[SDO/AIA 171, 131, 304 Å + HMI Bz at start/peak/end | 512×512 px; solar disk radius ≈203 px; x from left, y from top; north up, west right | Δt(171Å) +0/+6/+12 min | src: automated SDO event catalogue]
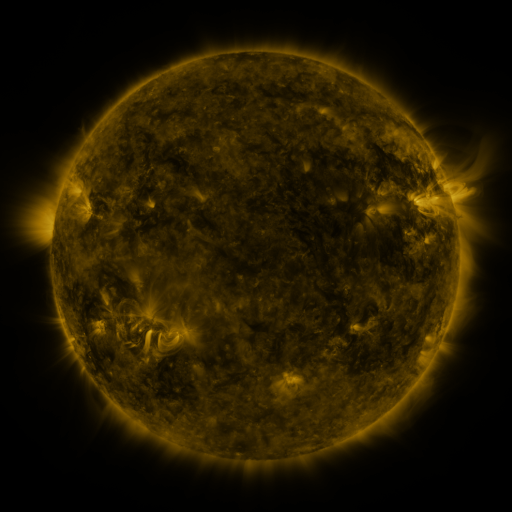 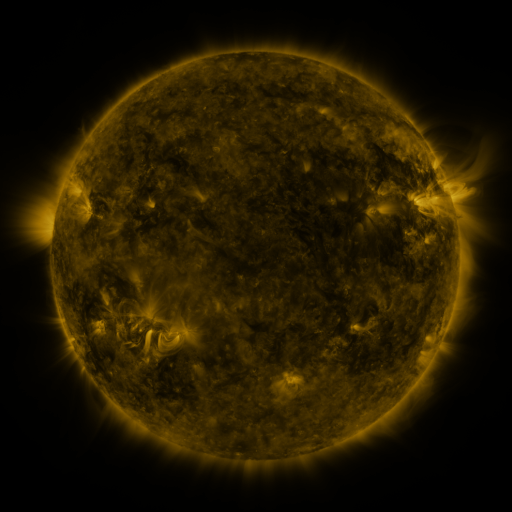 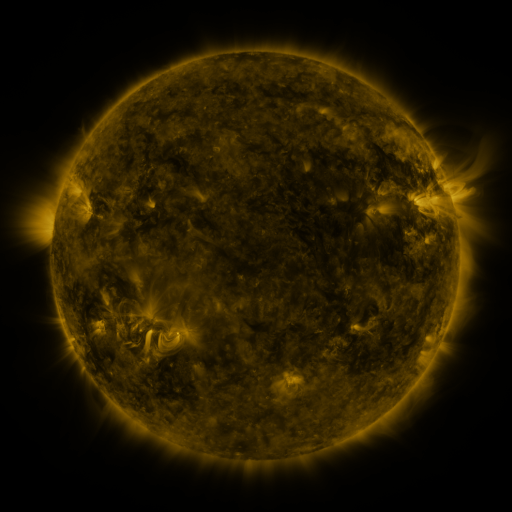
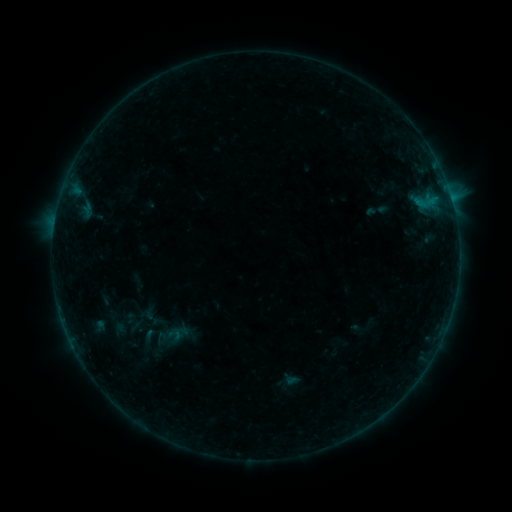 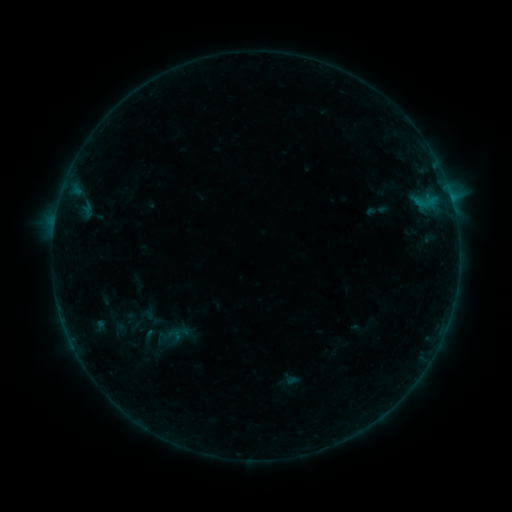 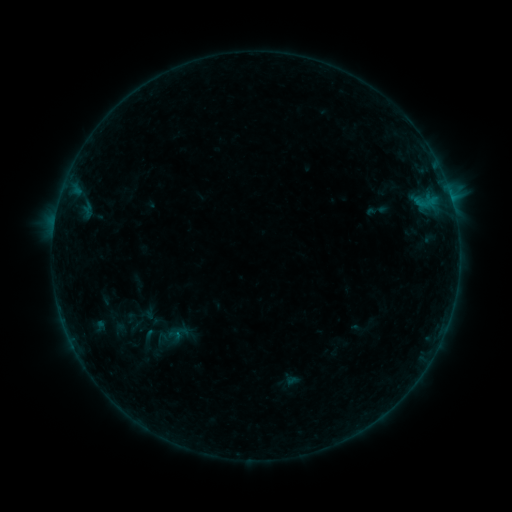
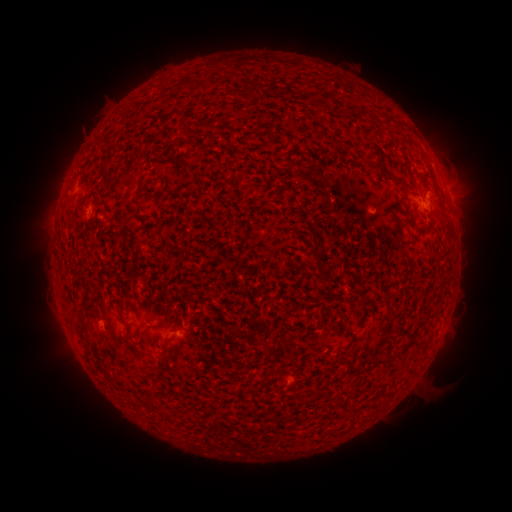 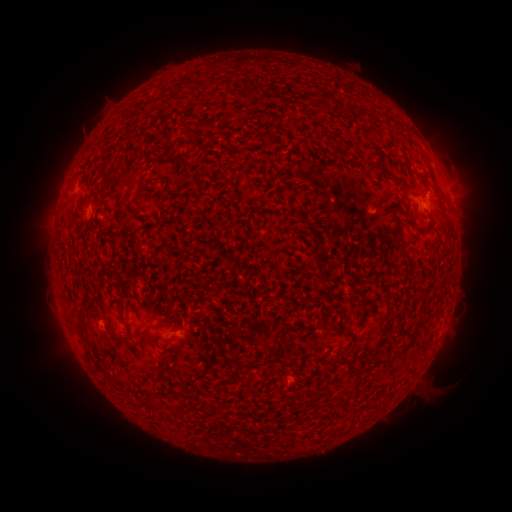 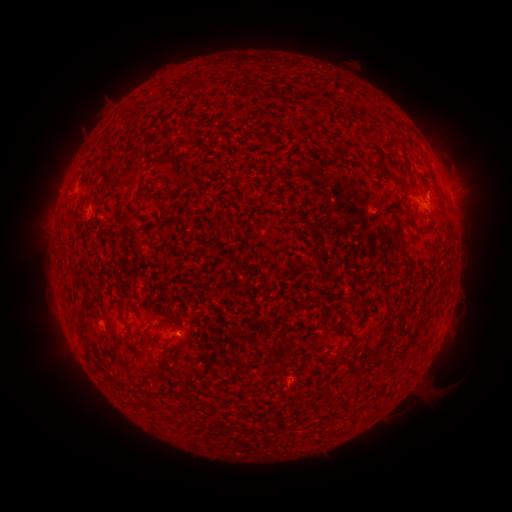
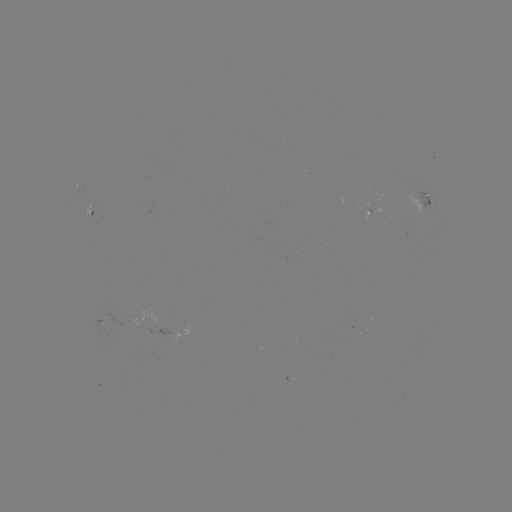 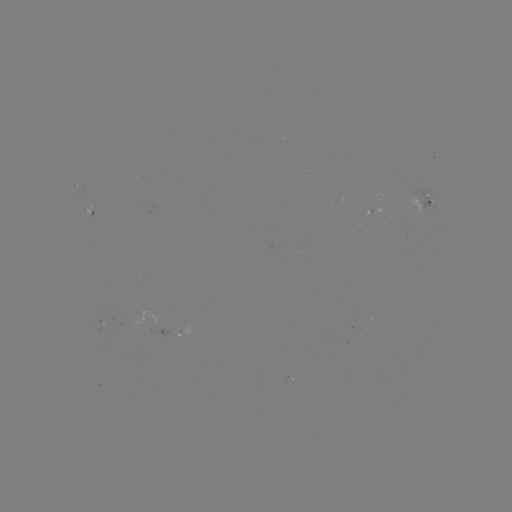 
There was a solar flare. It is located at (449, 193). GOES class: B3.0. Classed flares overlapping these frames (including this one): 1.